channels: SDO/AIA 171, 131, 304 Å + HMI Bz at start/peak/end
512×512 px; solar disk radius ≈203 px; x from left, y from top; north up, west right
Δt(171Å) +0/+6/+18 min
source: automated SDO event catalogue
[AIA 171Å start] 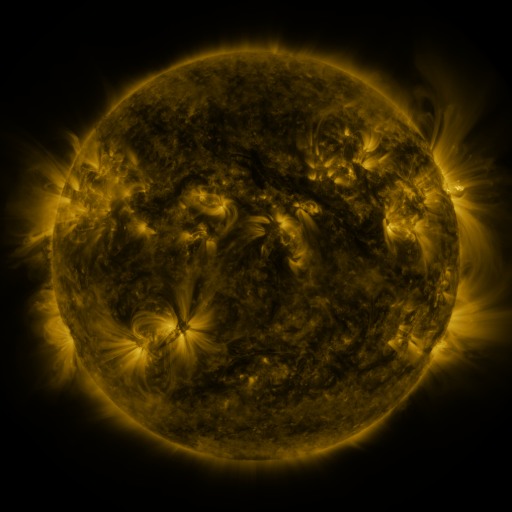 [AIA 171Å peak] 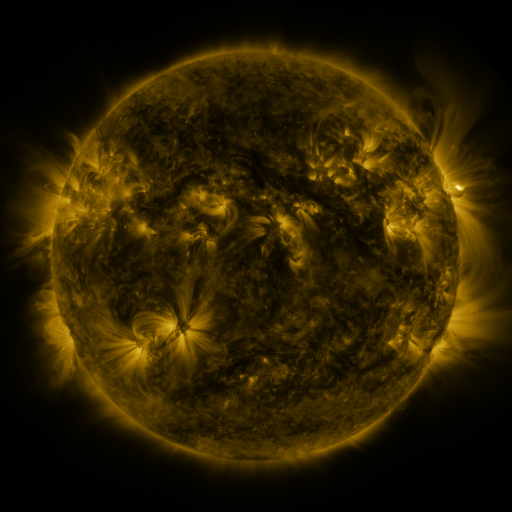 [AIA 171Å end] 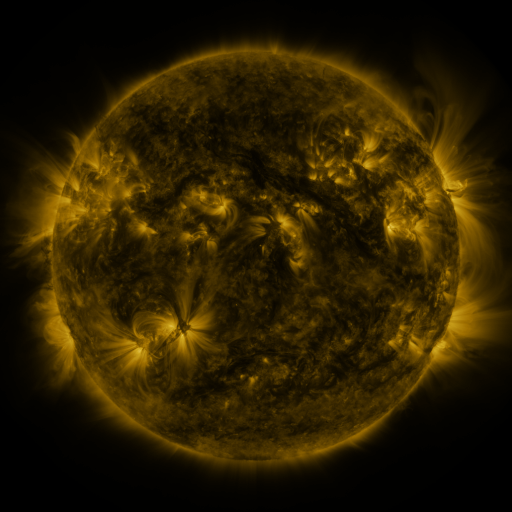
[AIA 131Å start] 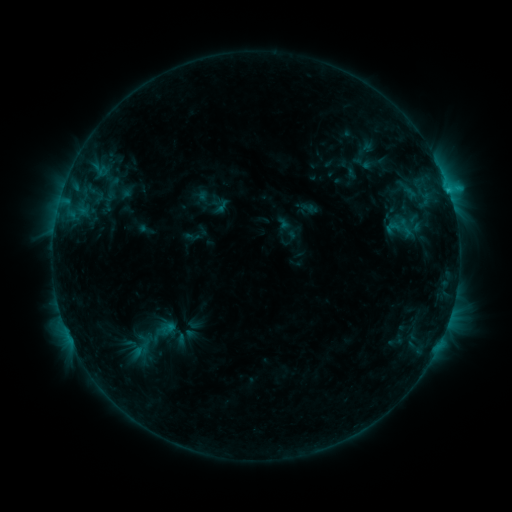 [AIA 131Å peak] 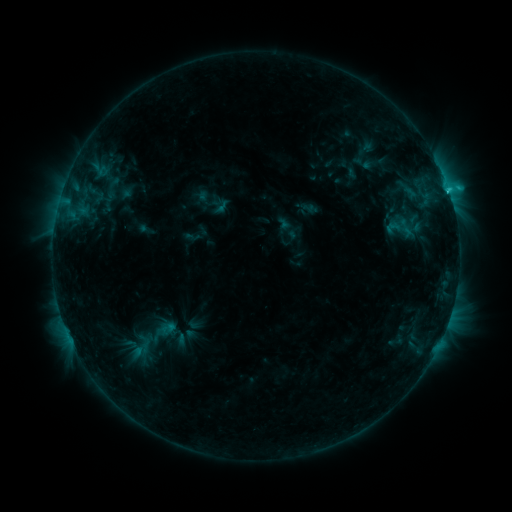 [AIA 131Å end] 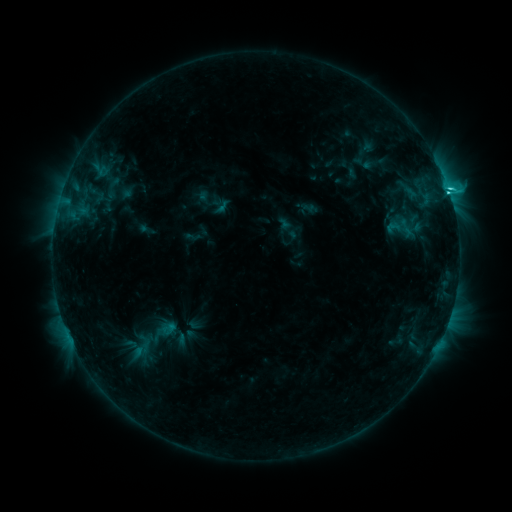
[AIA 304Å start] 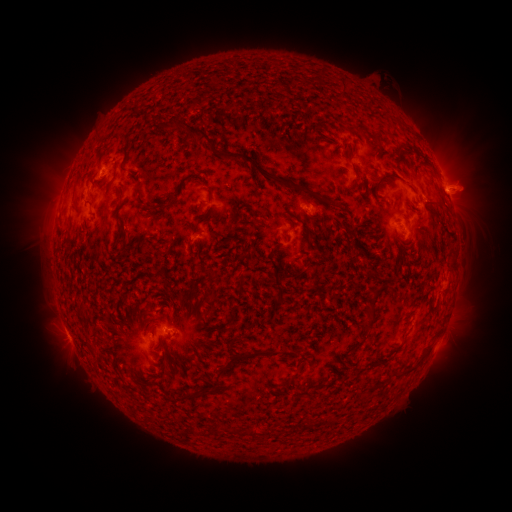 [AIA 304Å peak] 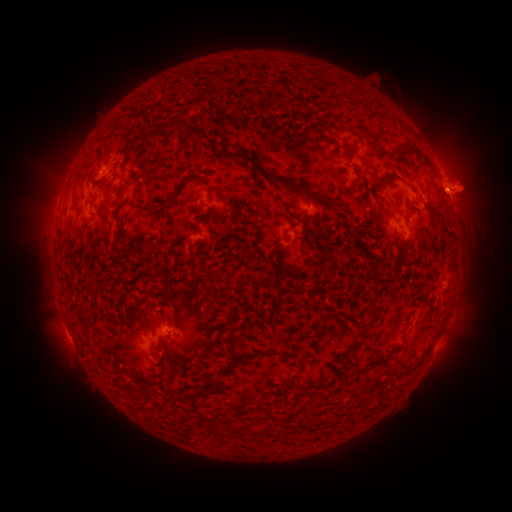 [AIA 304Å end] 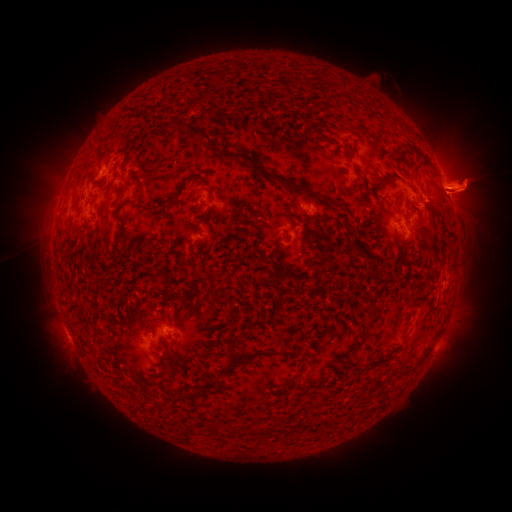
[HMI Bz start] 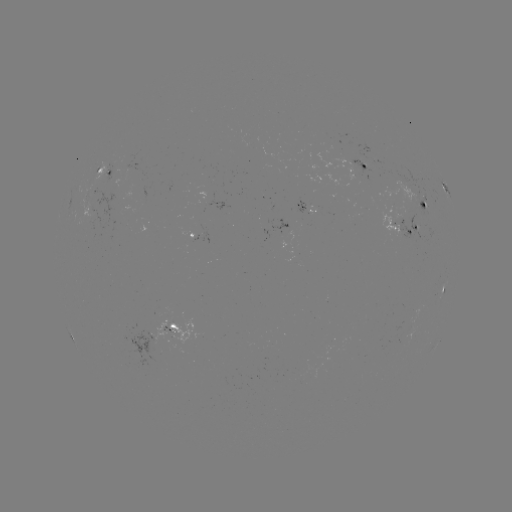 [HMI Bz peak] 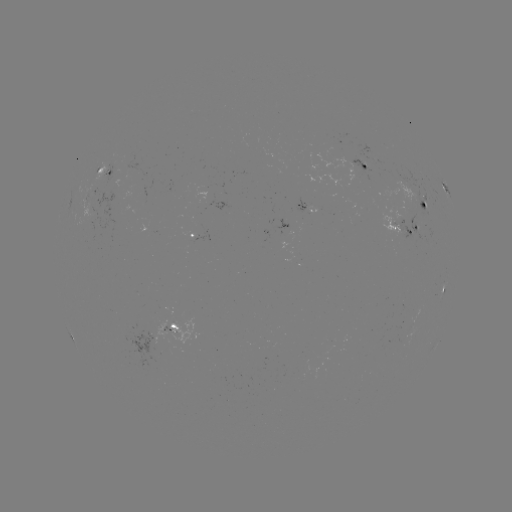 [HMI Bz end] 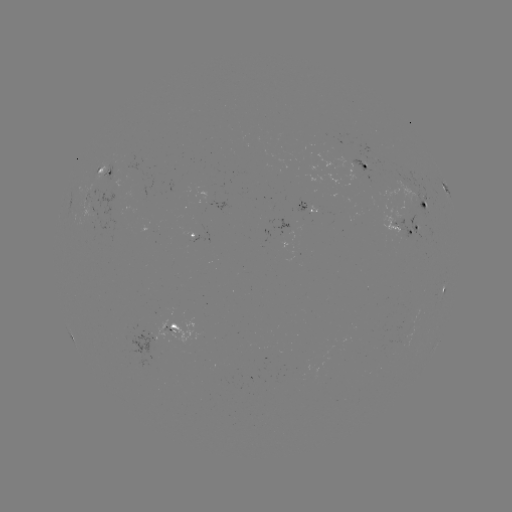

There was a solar flare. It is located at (446, 194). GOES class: M1.1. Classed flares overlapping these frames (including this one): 1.